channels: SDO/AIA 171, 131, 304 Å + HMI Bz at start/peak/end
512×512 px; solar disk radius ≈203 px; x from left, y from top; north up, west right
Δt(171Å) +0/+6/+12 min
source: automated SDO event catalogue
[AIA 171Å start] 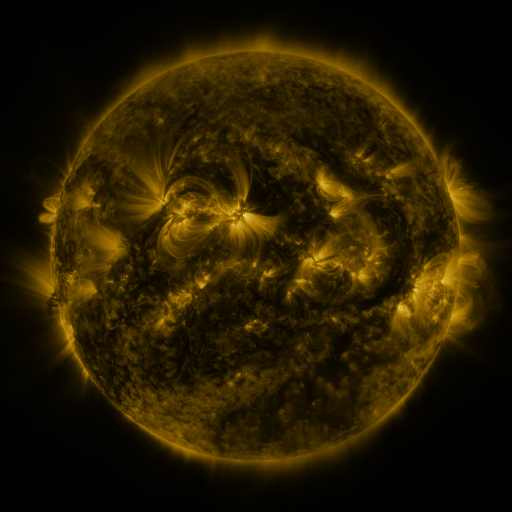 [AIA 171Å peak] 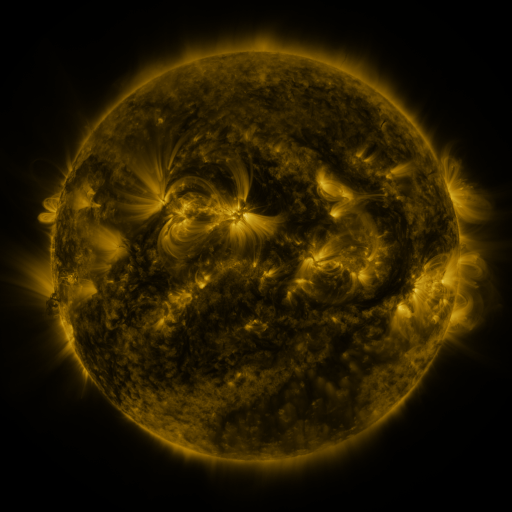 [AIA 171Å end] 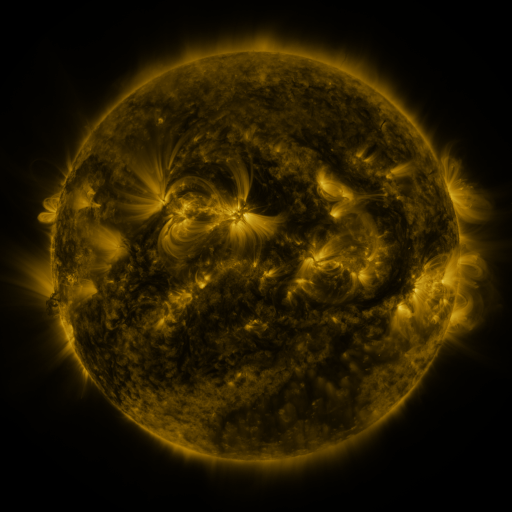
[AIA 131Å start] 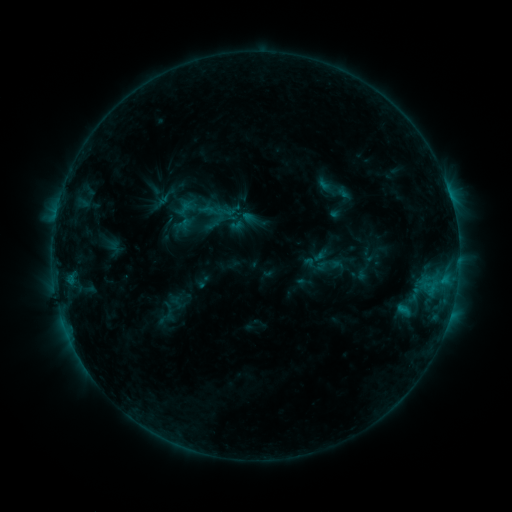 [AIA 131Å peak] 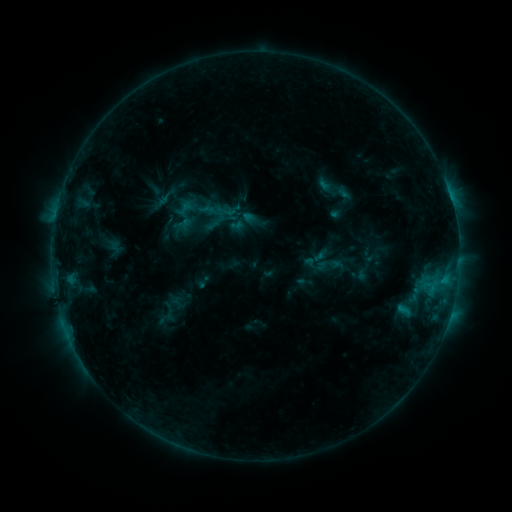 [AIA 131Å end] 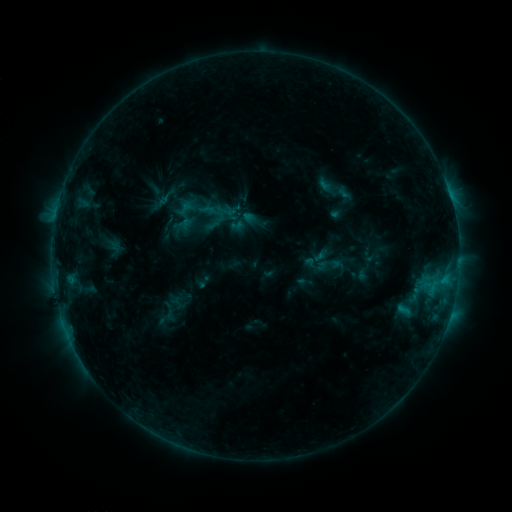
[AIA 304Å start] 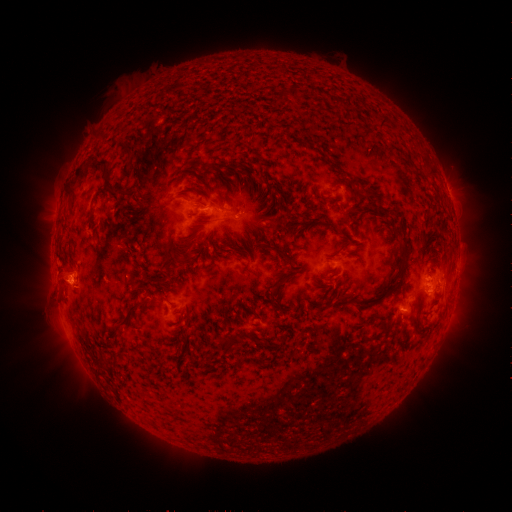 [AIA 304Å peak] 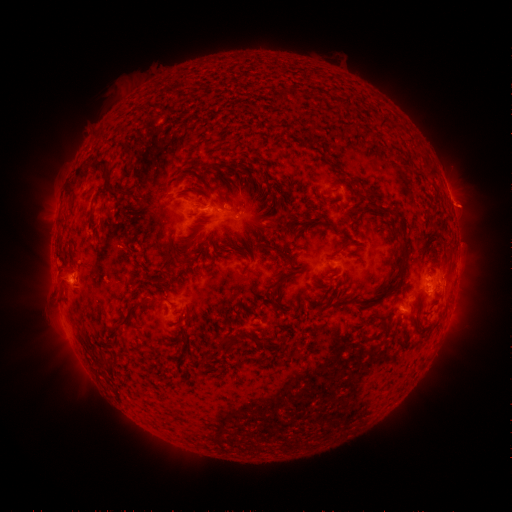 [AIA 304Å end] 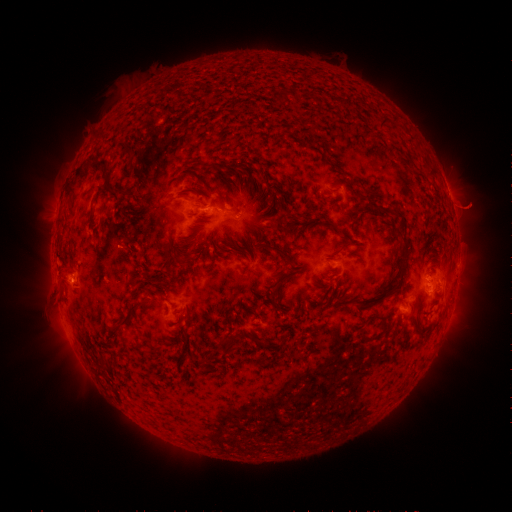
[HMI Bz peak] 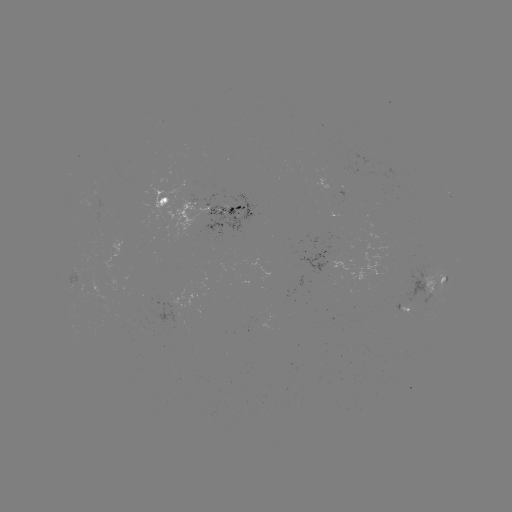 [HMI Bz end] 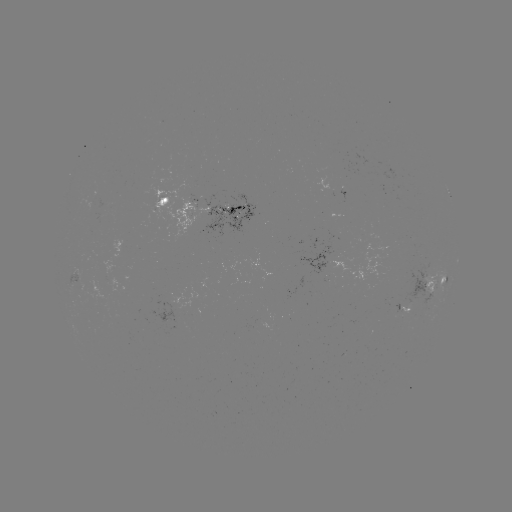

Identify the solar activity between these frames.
eruption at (473, 208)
